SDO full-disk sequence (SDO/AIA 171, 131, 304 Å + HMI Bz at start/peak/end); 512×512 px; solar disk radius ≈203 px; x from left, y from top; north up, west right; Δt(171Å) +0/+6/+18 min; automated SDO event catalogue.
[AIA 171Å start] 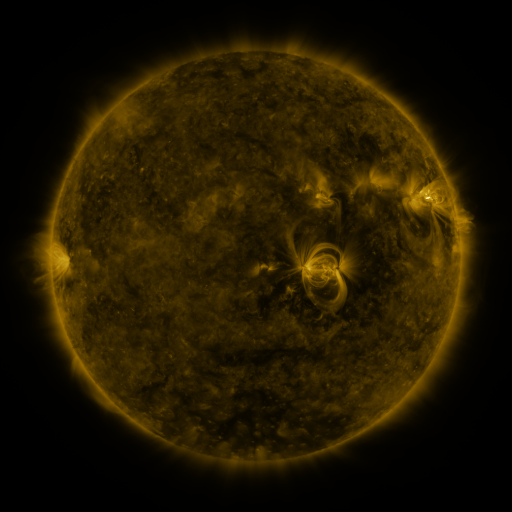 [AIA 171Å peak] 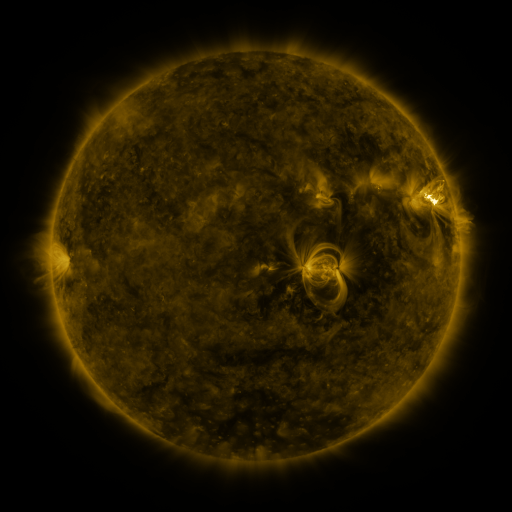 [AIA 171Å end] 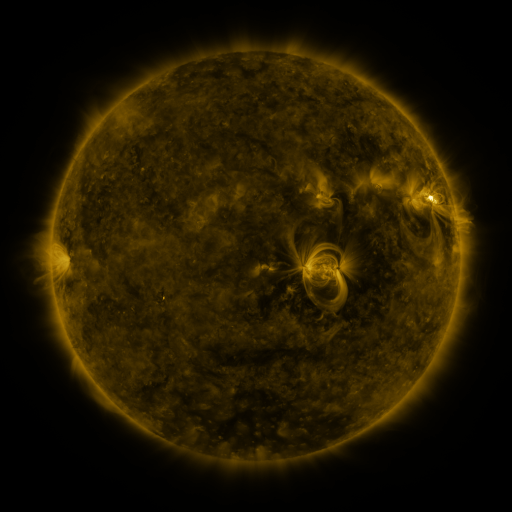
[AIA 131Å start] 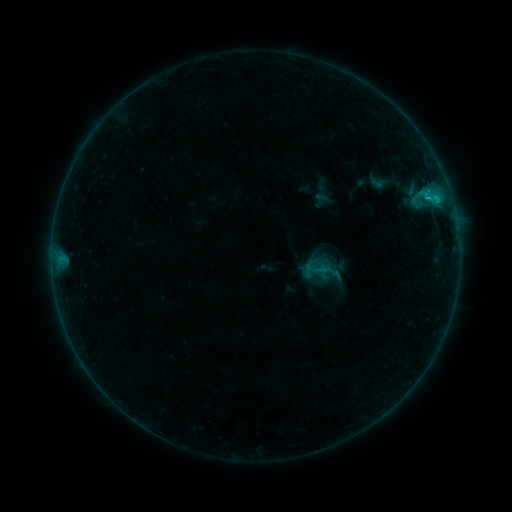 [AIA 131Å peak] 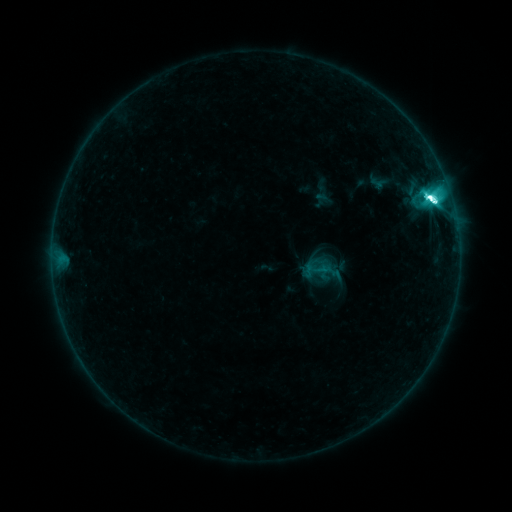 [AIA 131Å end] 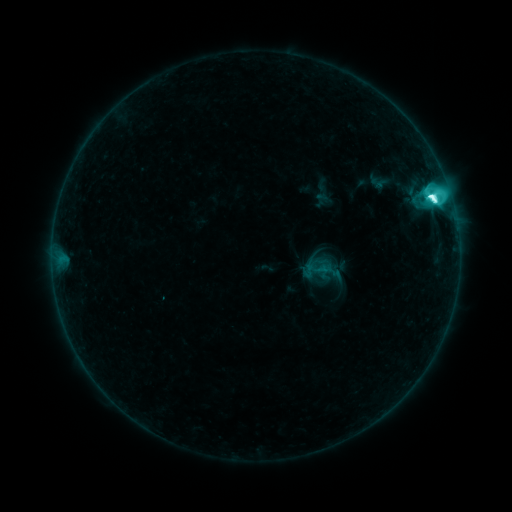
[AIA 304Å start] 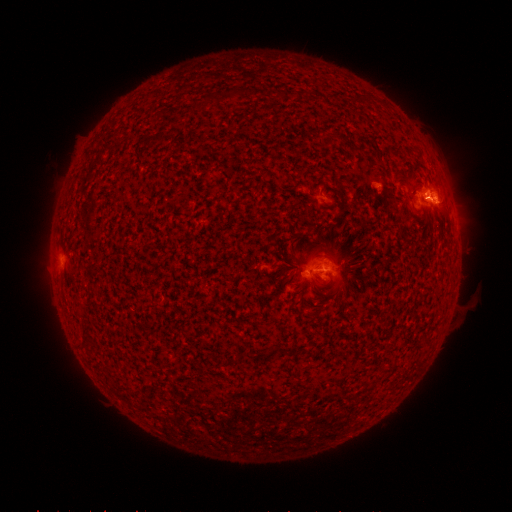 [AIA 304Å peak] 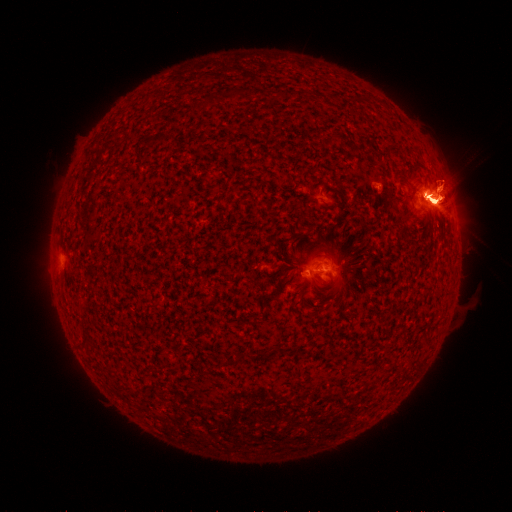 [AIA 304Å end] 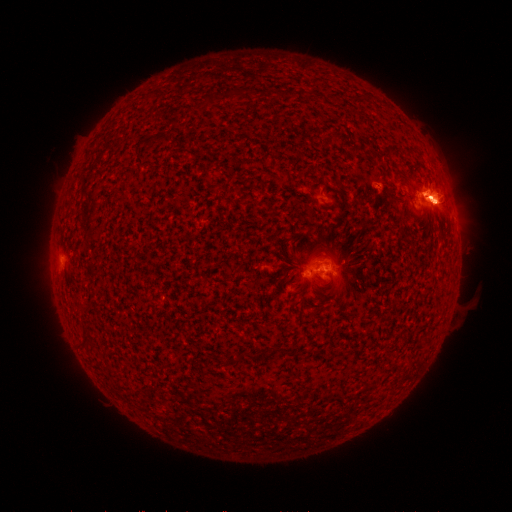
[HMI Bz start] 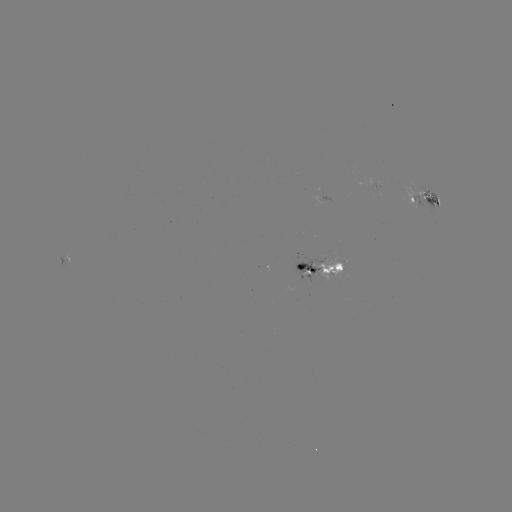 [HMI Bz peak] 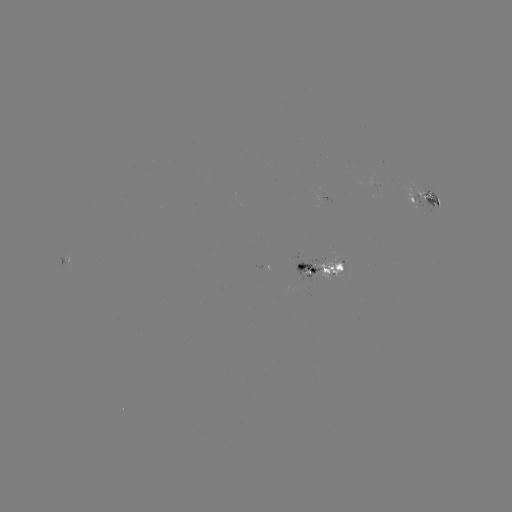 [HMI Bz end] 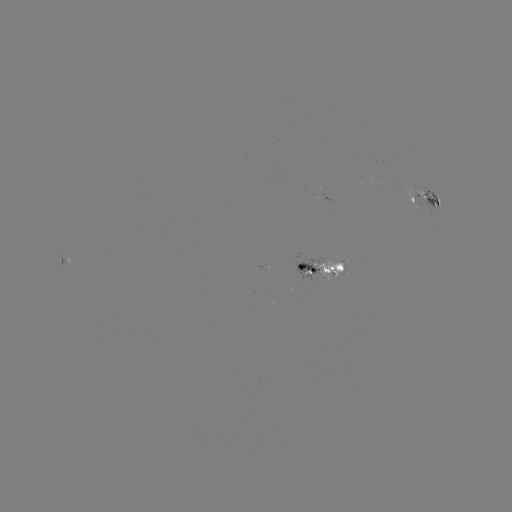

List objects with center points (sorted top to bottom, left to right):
M2.3 flare: (429, 199)
